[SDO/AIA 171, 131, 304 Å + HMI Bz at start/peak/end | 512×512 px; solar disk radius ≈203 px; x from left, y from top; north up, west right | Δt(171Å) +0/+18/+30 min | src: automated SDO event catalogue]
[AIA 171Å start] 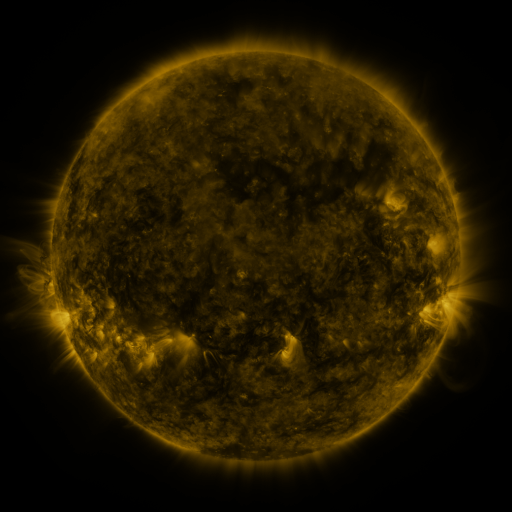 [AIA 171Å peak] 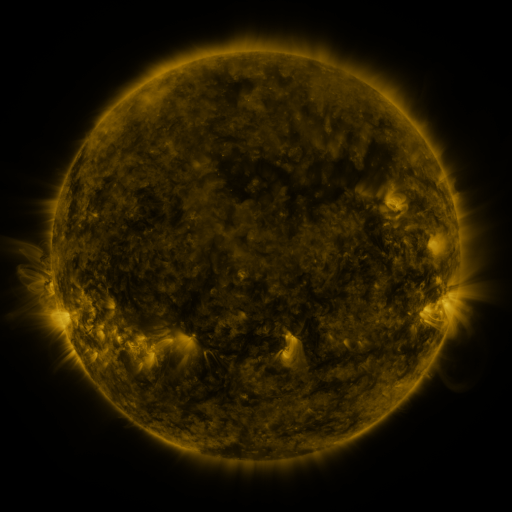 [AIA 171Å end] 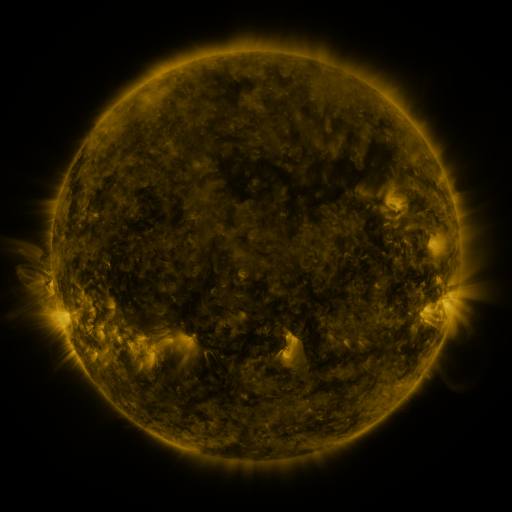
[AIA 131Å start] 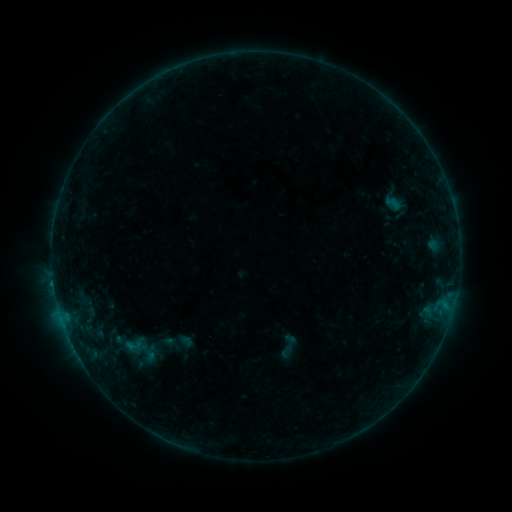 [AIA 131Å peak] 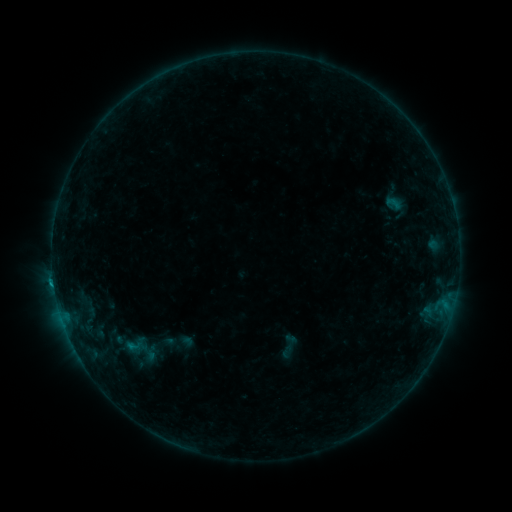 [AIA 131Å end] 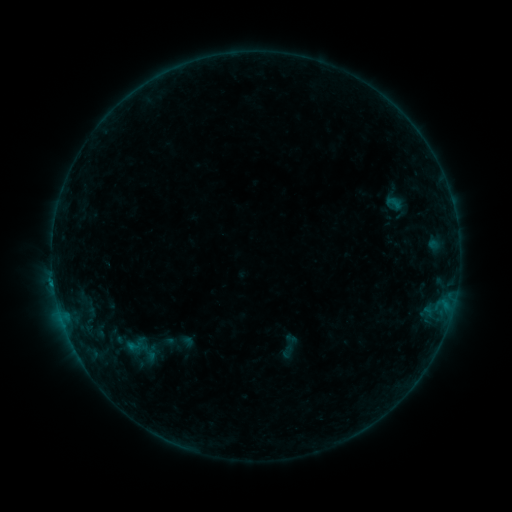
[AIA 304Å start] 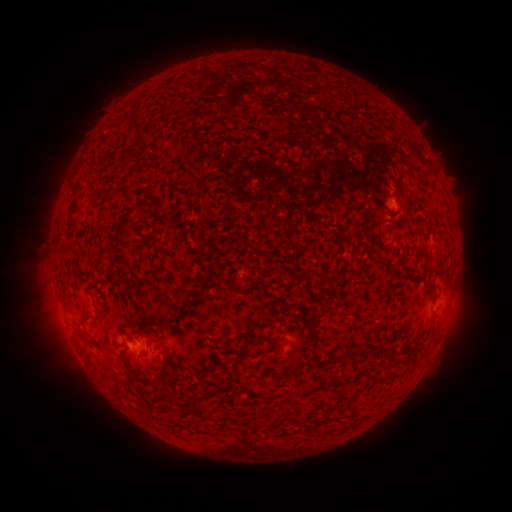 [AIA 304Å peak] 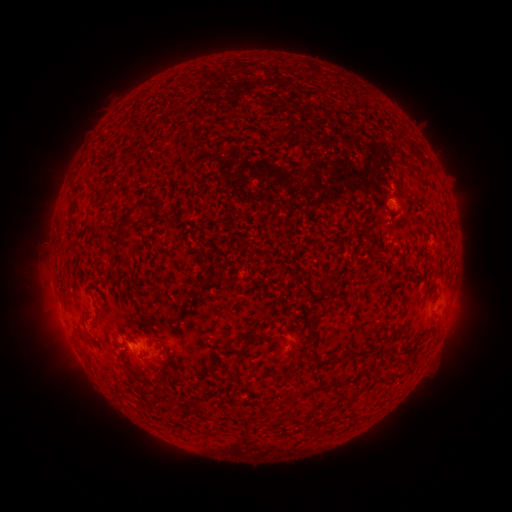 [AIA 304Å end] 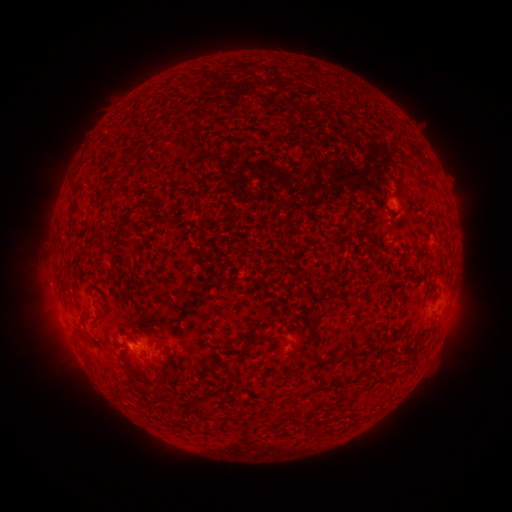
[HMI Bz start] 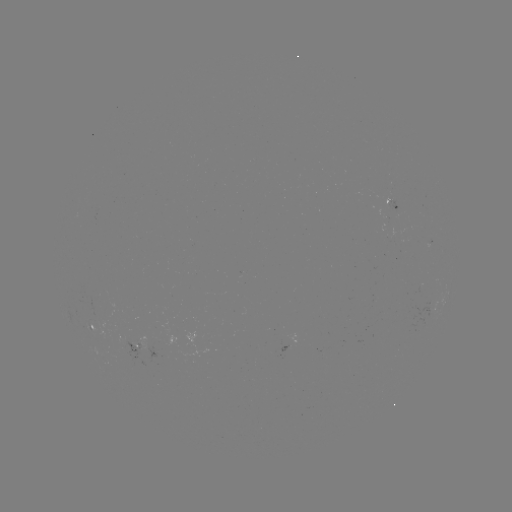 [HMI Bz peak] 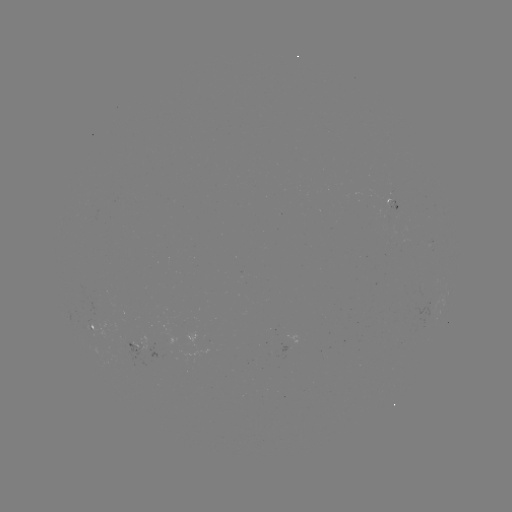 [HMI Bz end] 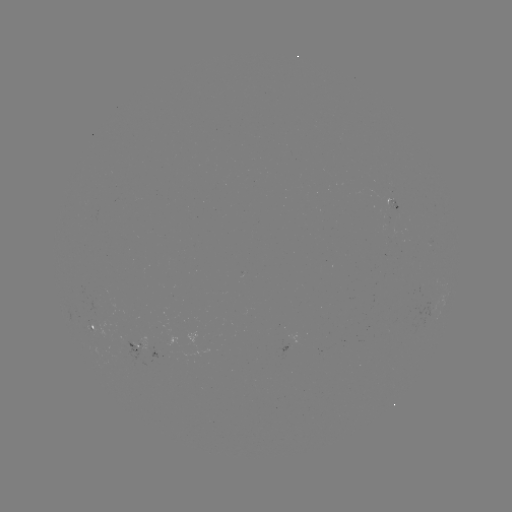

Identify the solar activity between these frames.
B4.8 flare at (131, 343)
